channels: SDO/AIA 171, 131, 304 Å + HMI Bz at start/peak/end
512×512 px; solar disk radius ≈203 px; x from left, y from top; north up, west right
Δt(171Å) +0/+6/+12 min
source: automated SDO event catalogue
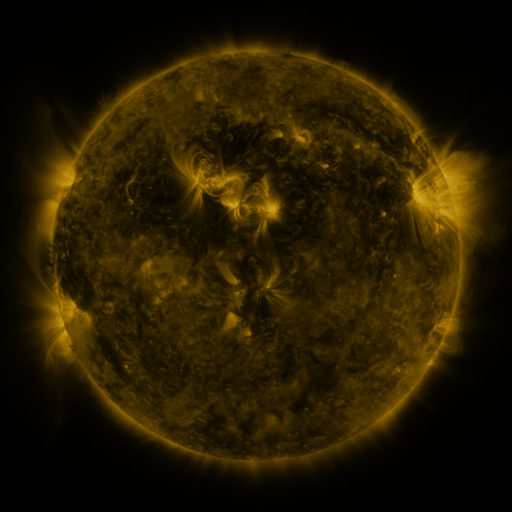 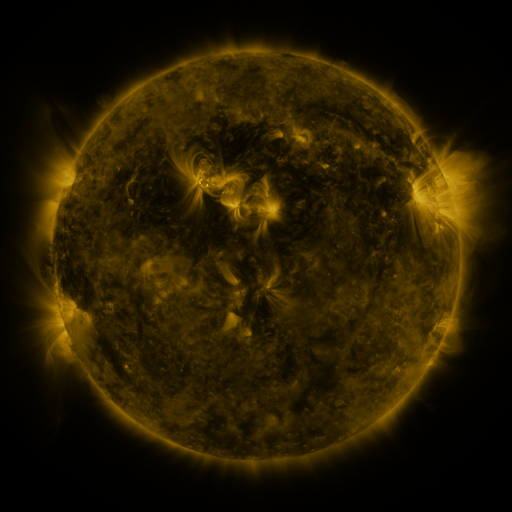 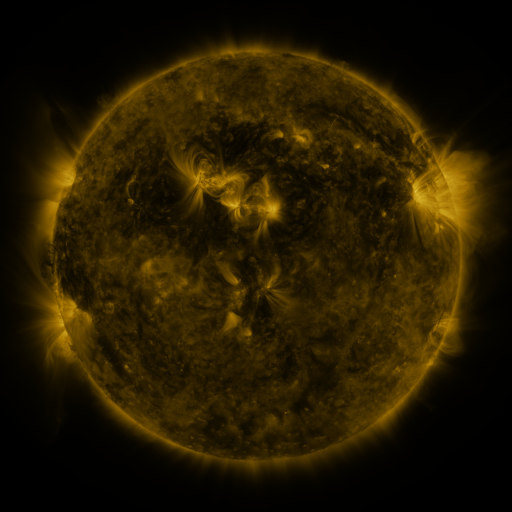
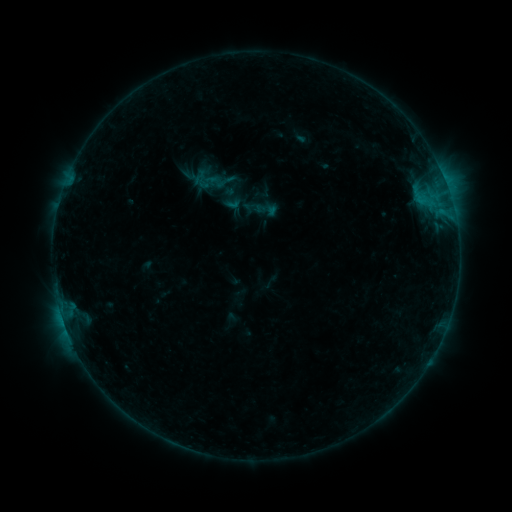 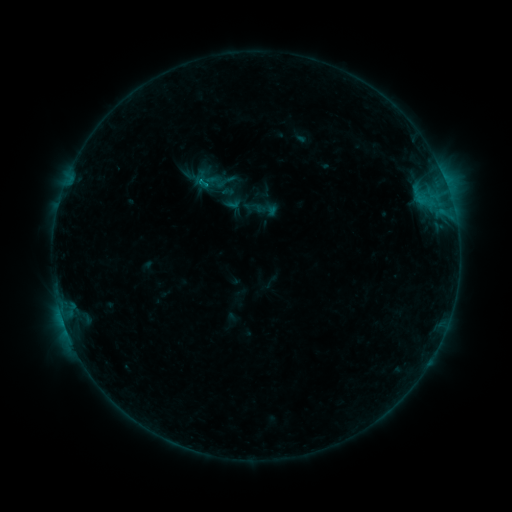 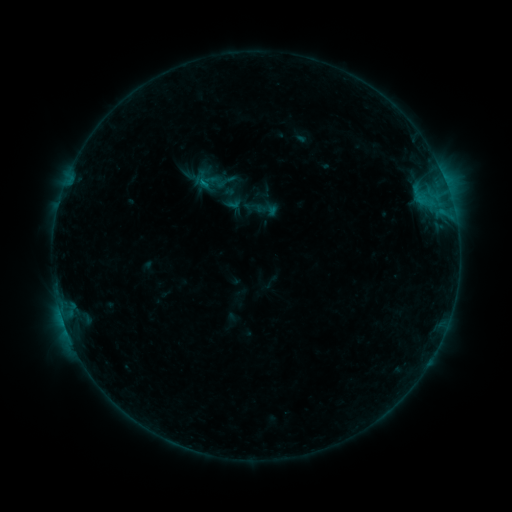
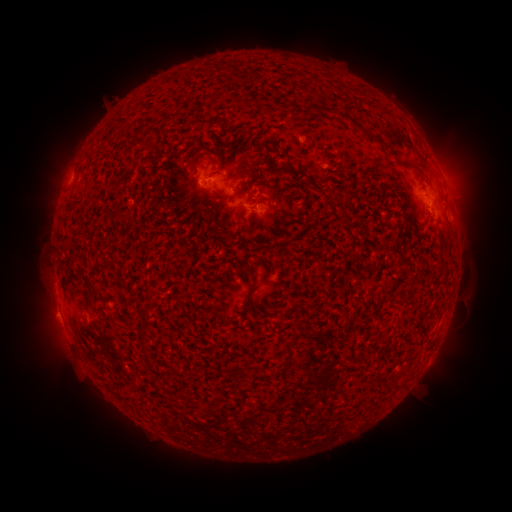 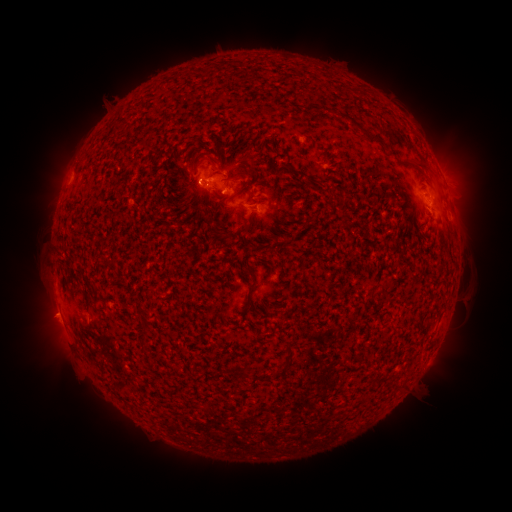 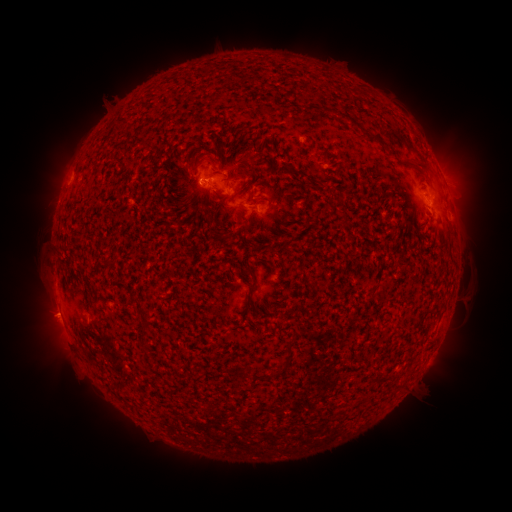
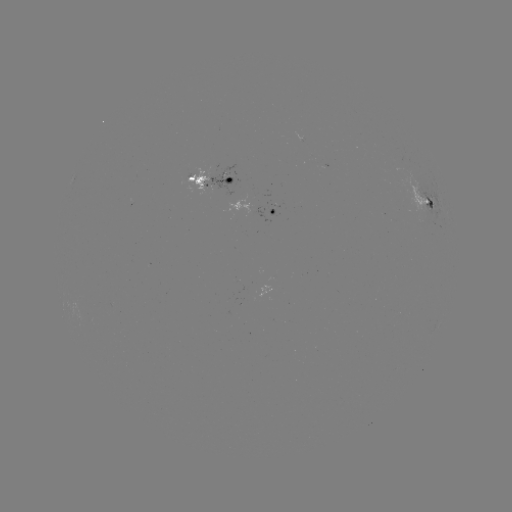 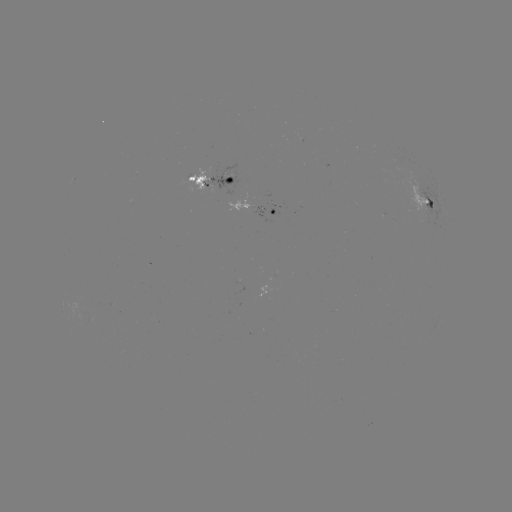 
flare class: B6.6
